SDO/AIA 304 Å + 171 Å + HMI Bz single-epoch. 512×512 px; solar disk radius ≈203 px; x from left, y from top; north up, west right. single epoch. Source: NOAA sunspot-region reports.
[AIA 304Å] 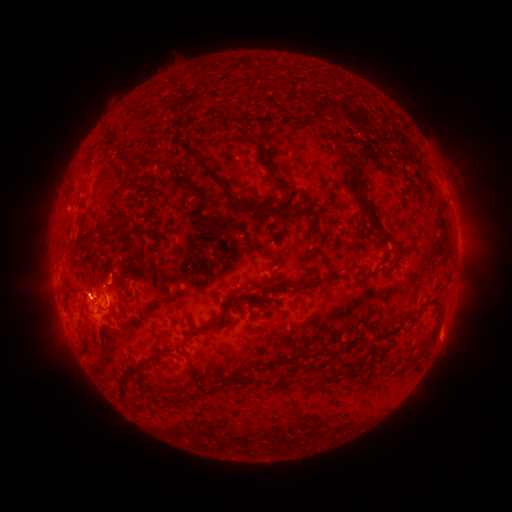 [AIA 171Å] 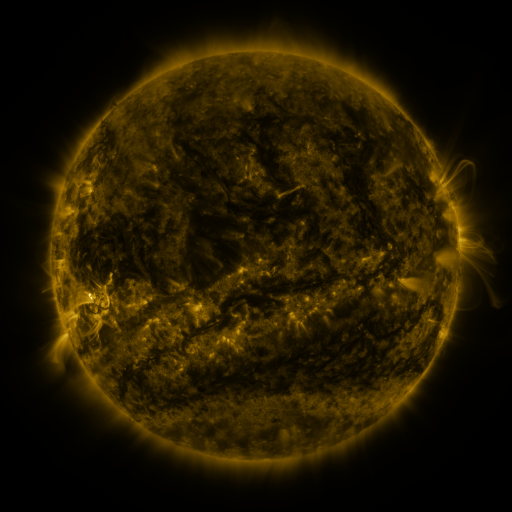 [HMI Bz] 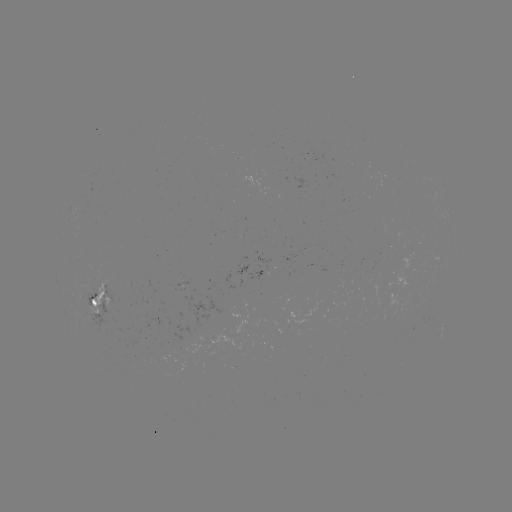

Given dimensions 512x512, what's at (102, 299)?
spotted active region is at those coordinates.